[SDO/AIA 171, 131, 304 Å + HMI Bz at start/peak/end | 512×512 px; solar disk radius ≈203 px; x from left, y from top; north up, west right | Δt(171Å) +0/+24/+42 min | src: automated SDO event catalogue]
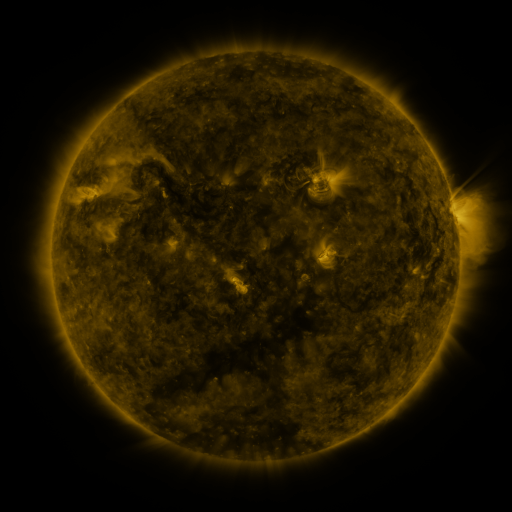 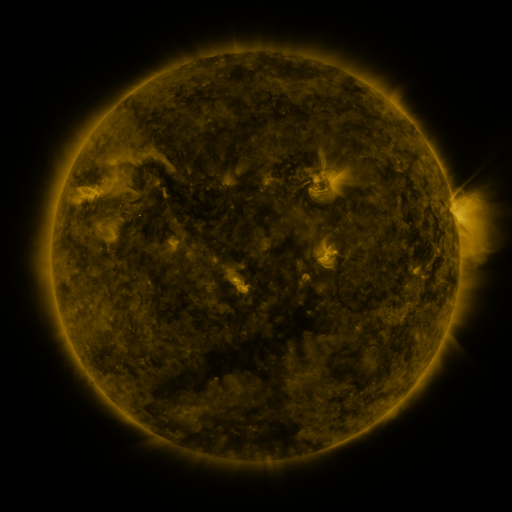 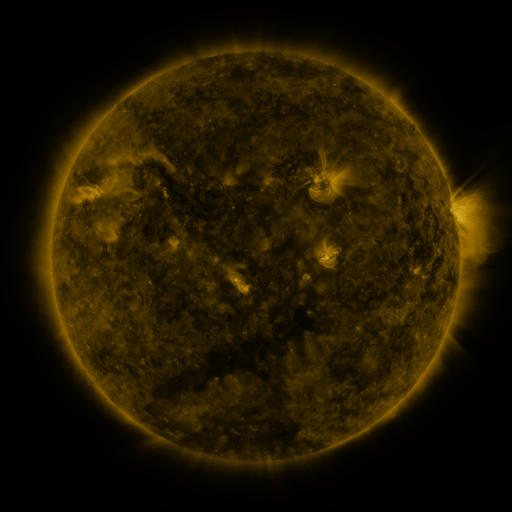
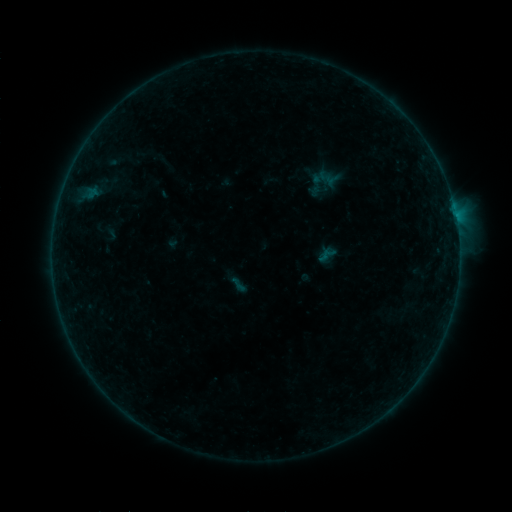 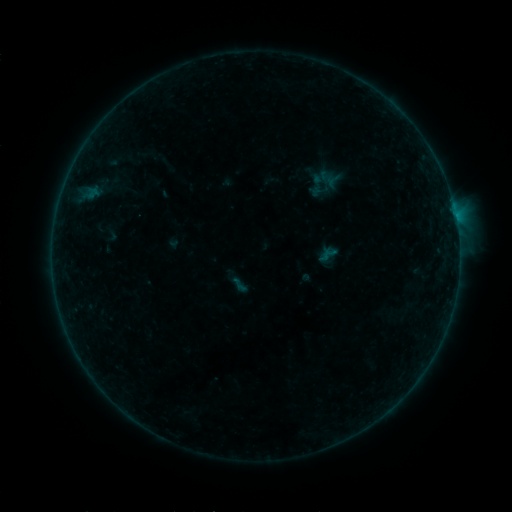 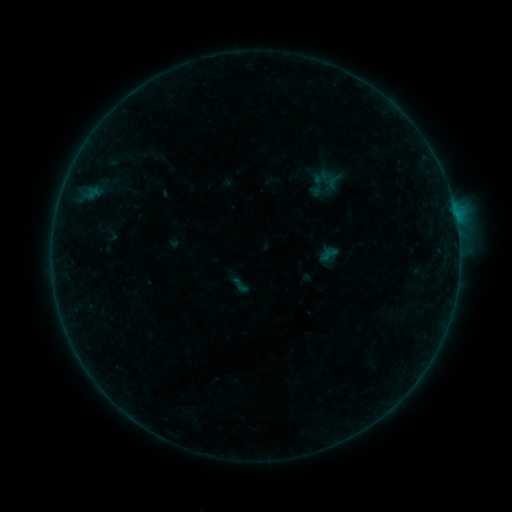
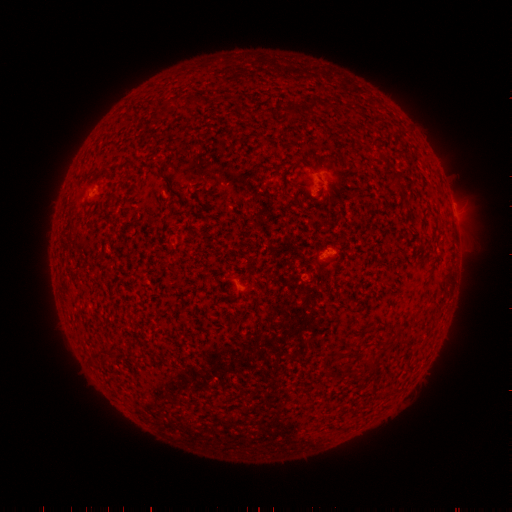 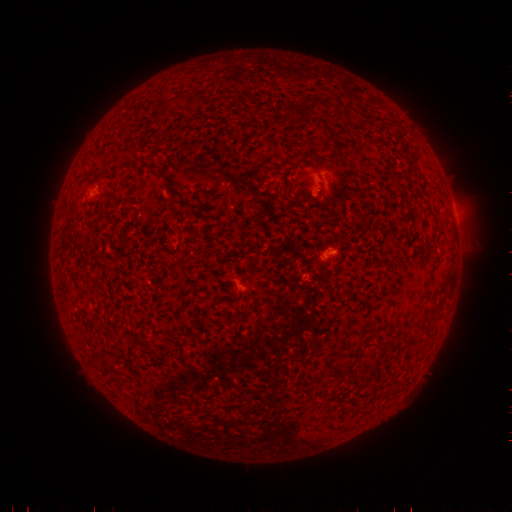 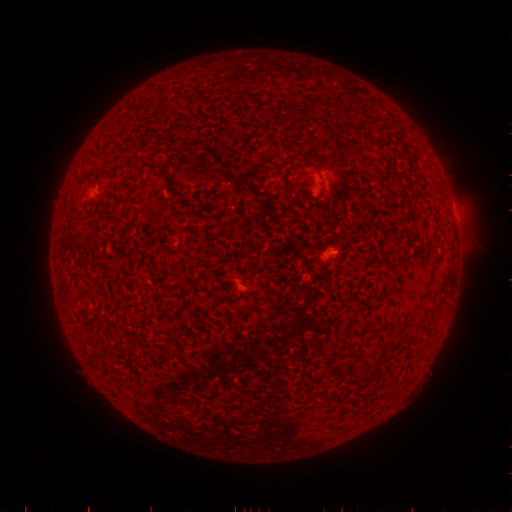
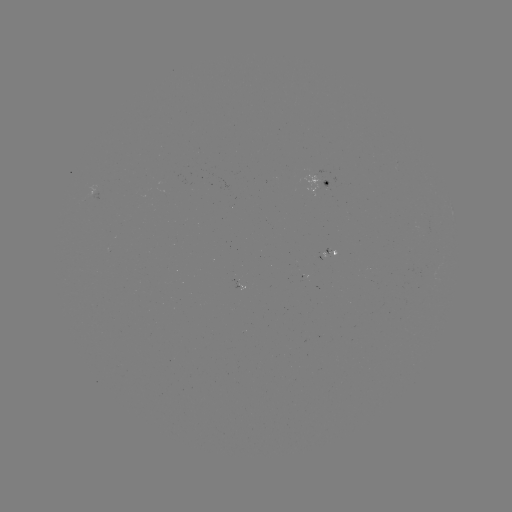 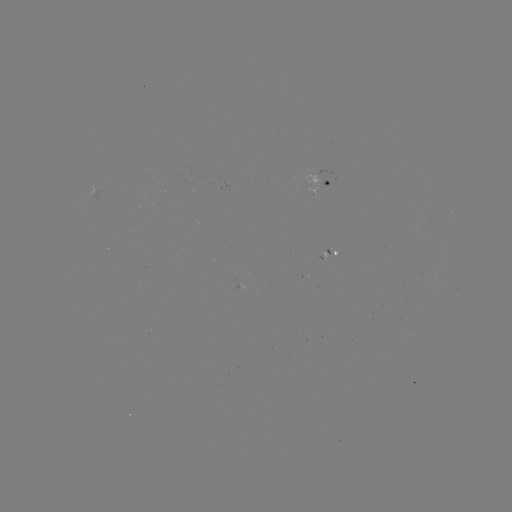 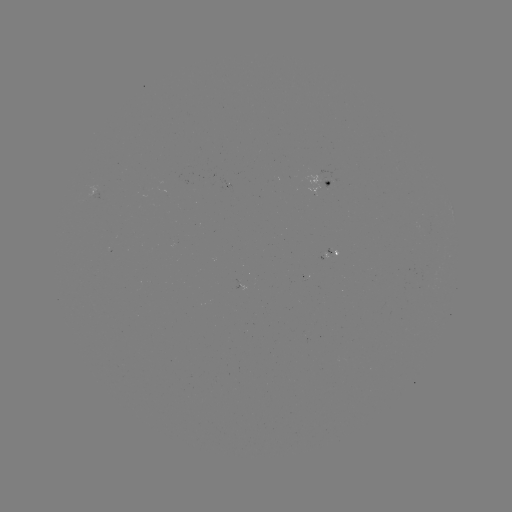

no catalogued flare and no flagged EUV brightening in this window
